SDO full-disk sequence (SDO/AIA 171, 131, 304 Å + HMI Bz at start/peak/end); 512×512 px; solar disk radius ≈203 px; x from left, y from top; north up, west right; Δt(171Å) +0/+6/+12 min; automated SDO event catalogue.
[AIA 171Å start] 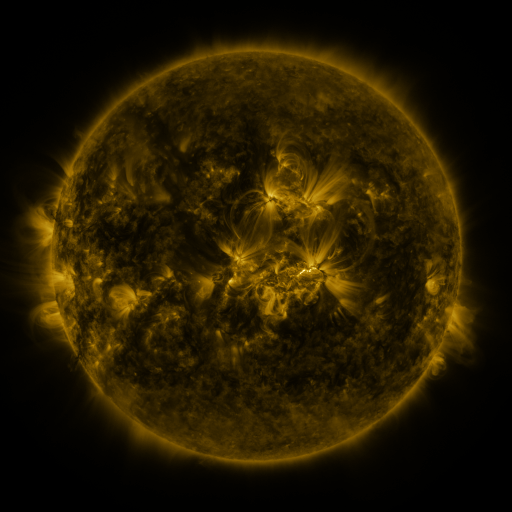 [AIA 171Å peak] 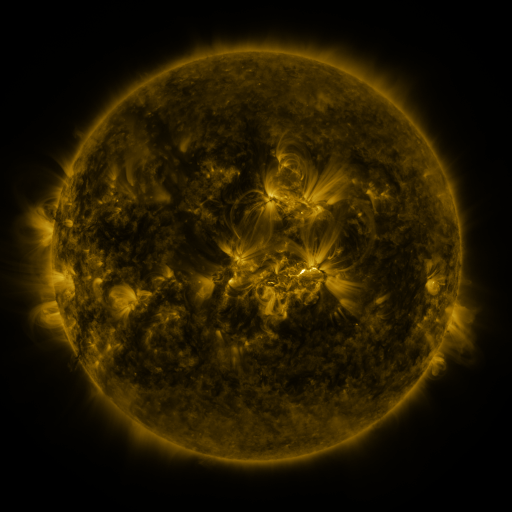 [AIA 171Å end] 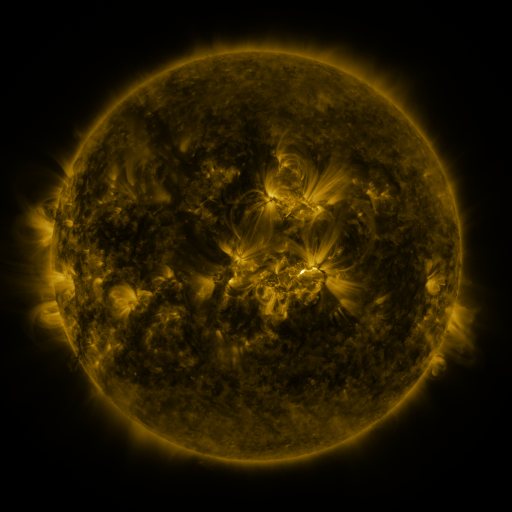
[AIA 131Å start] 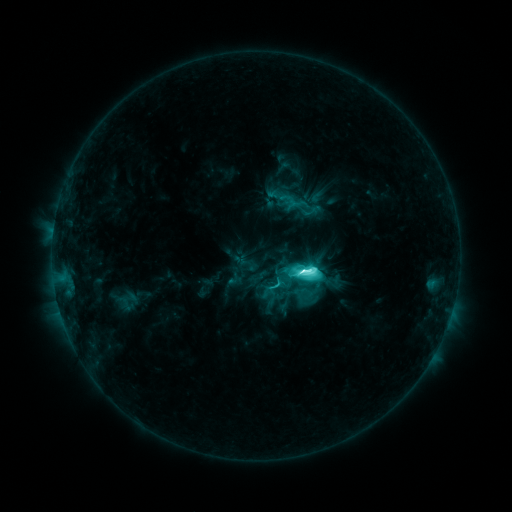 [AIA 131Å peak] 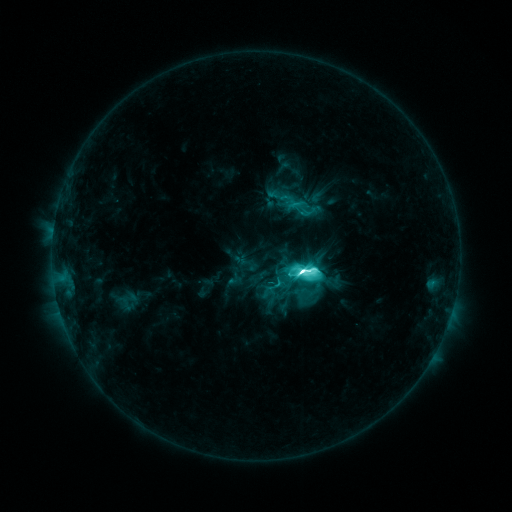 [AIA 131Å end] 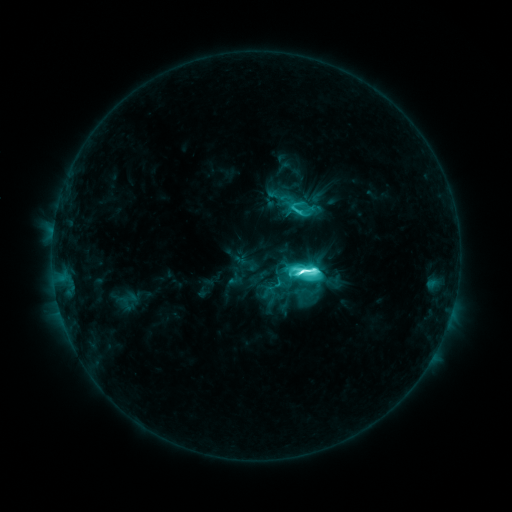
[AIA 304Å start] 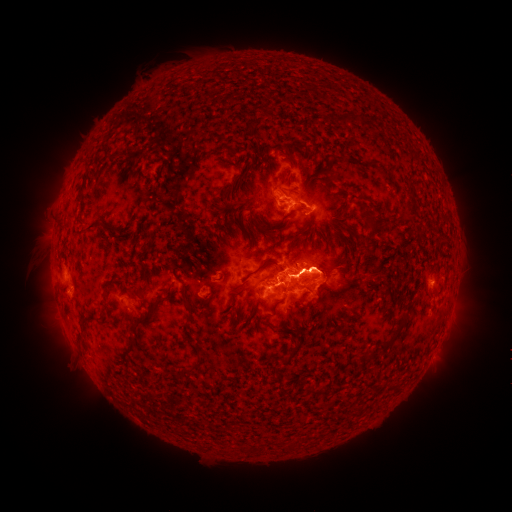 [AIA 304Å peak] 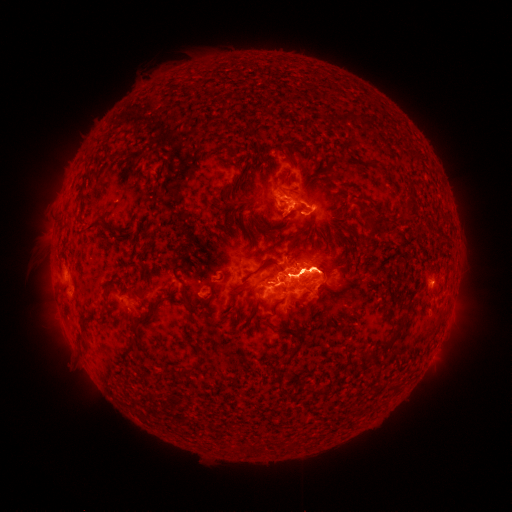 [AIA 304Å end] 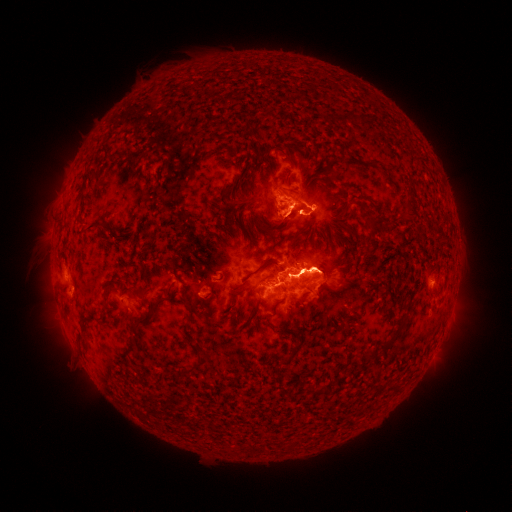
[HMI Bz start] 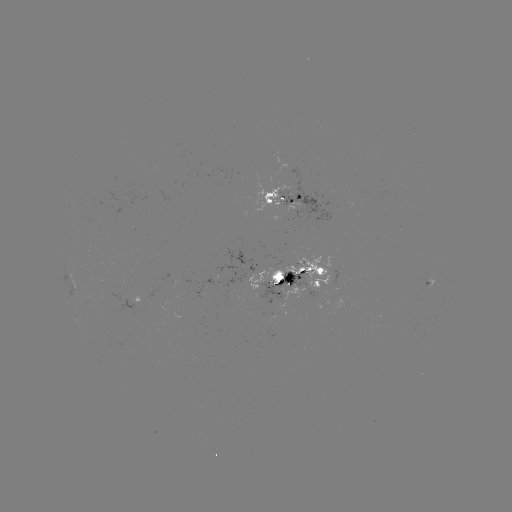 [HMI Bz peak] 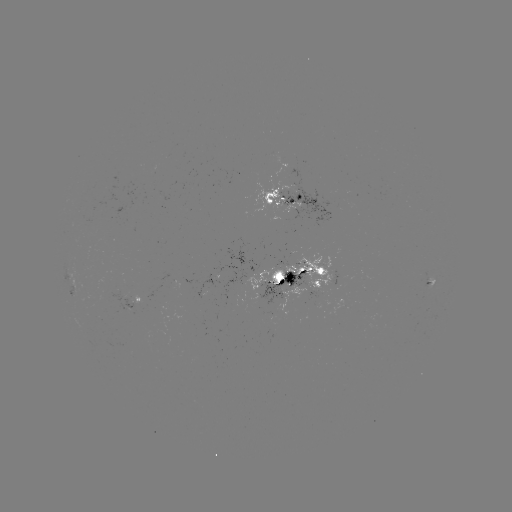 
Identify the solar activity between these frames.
M3.8 flare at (301, 266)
